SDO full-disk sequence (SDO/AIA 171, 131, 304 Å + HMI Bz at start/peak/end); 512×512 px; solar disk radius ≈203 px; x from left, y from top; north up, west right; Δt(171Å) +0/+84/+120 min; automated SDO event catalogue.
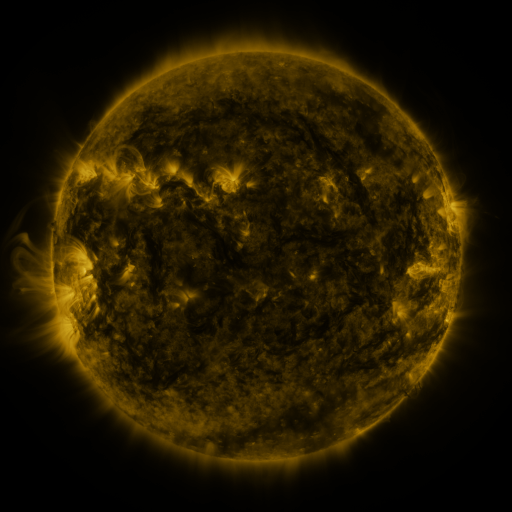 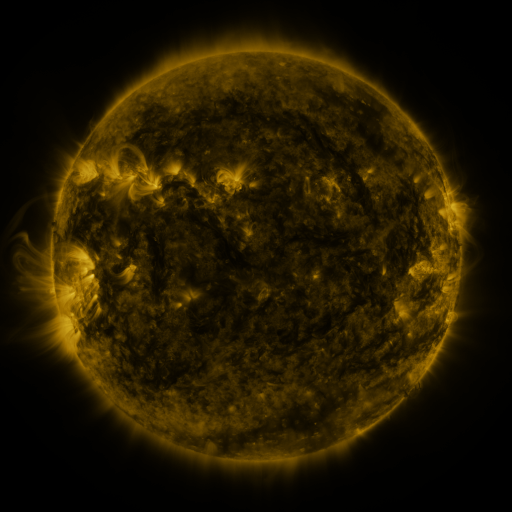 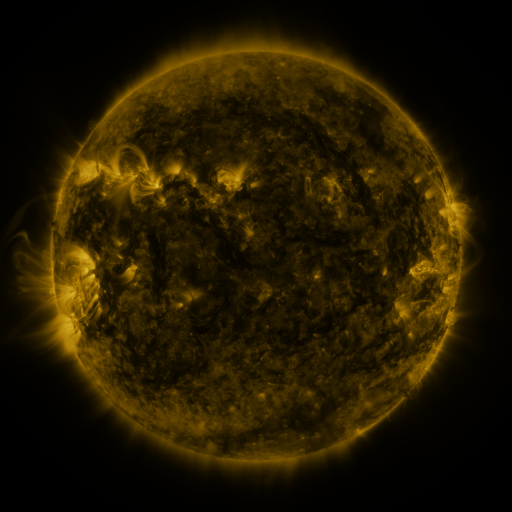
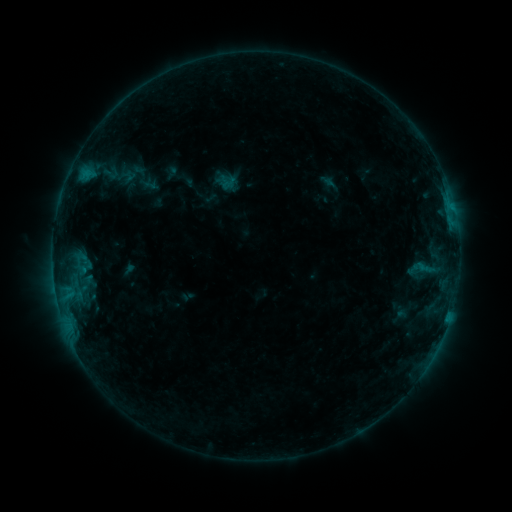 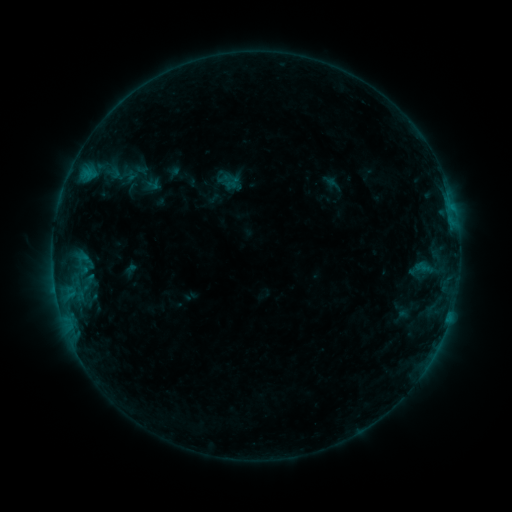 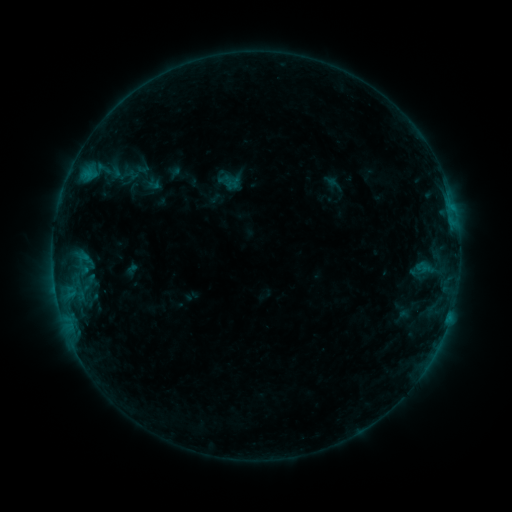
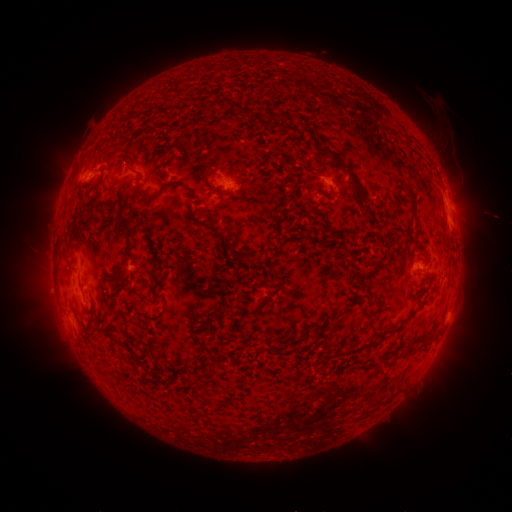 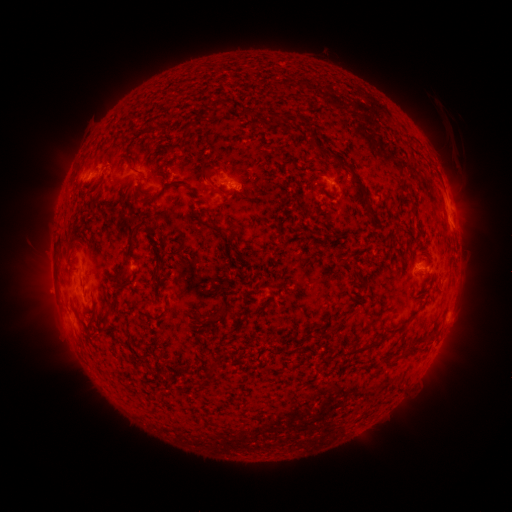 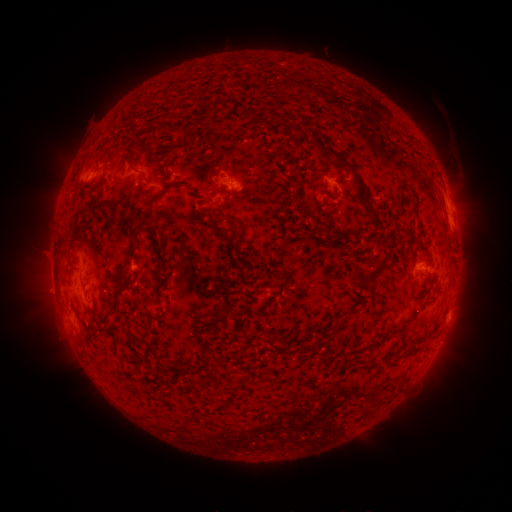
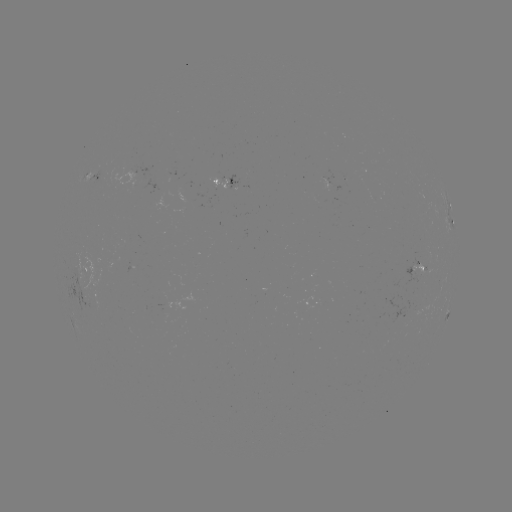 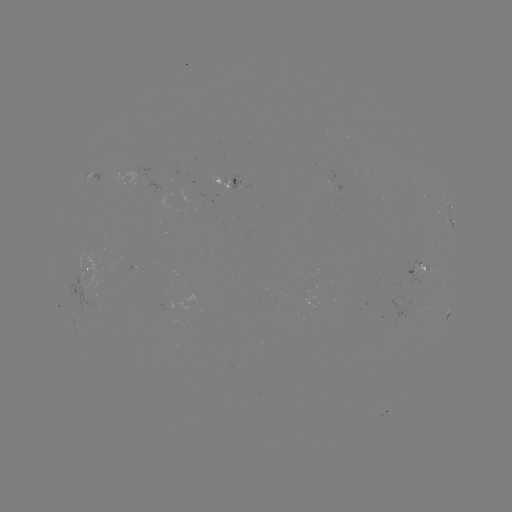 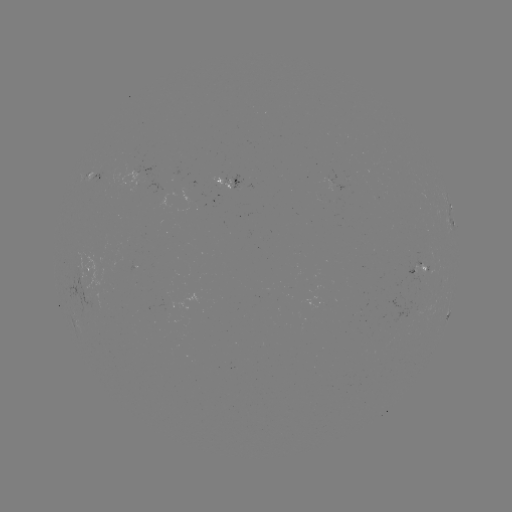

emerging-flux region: [408, 261, 423, 277]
